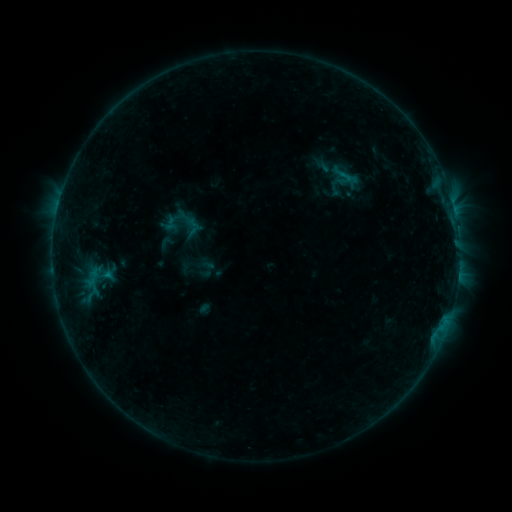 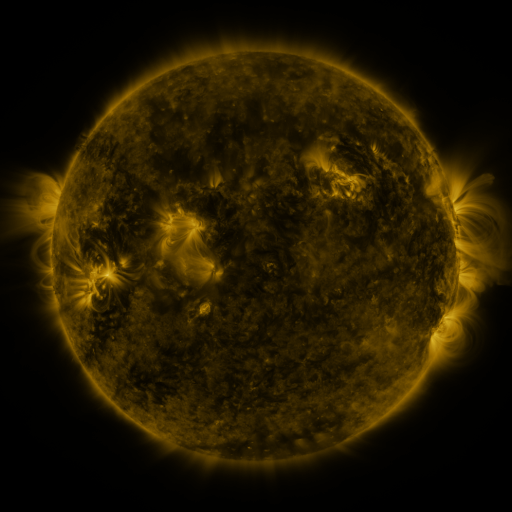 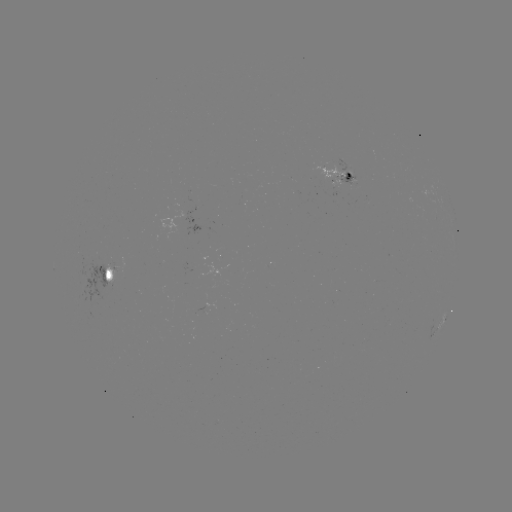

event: sigmoid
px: (343, 175)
